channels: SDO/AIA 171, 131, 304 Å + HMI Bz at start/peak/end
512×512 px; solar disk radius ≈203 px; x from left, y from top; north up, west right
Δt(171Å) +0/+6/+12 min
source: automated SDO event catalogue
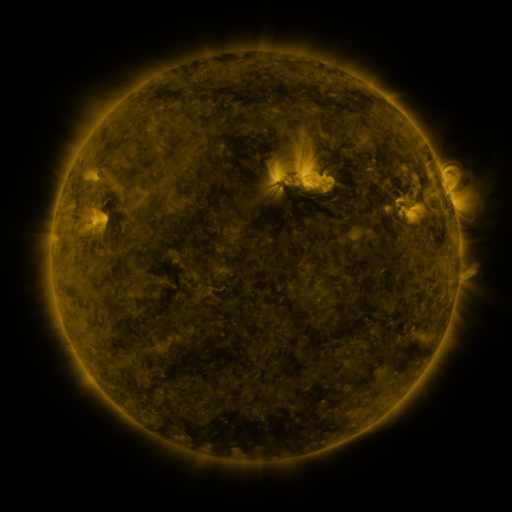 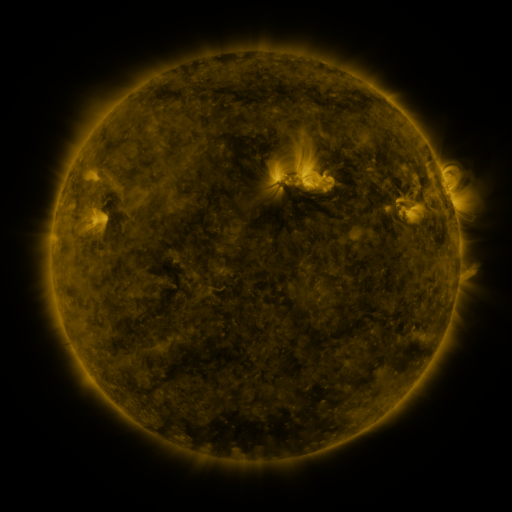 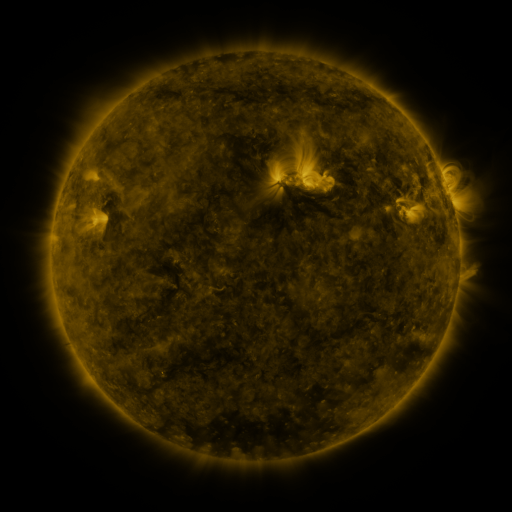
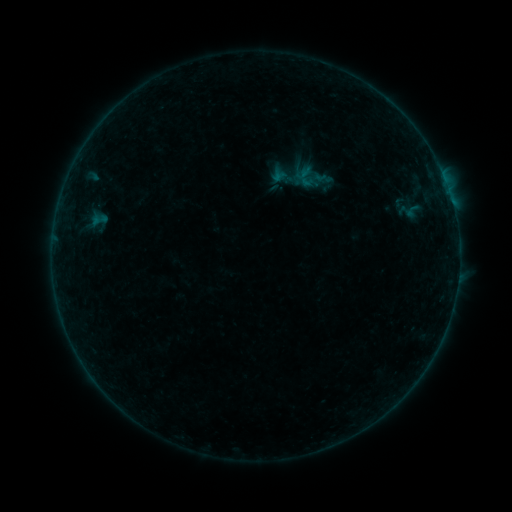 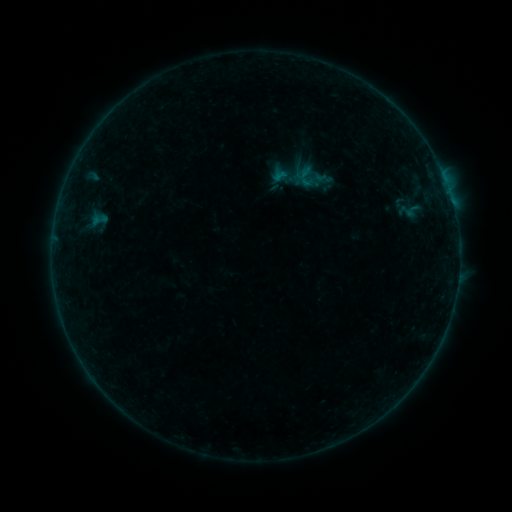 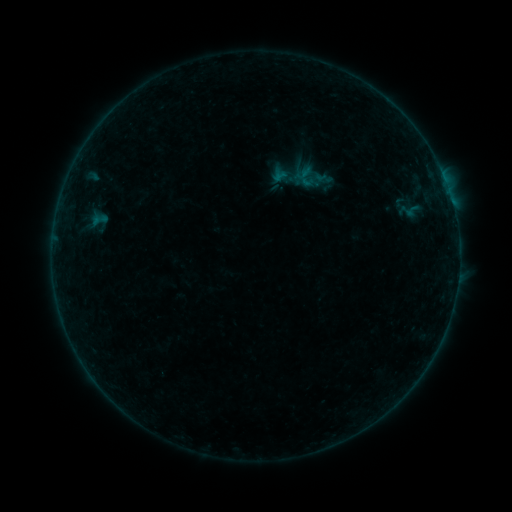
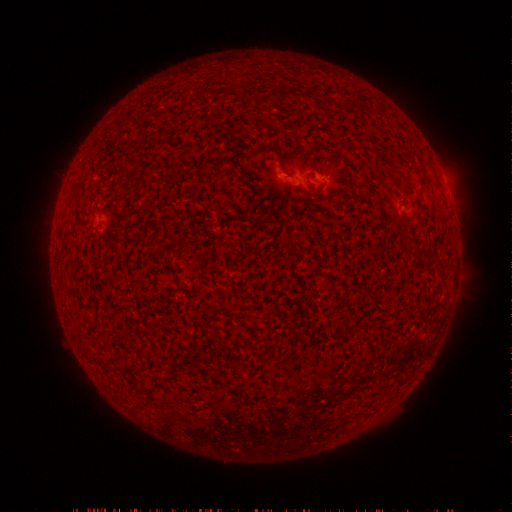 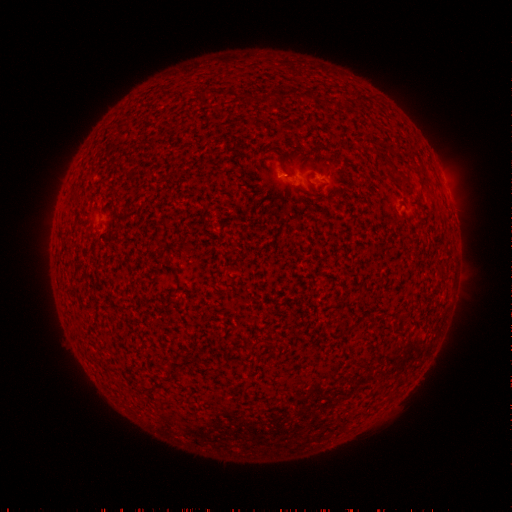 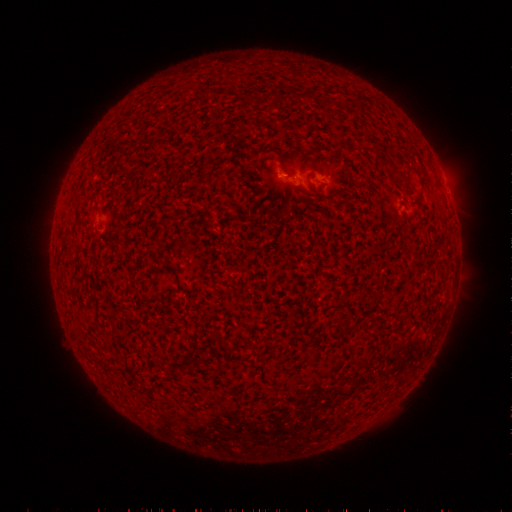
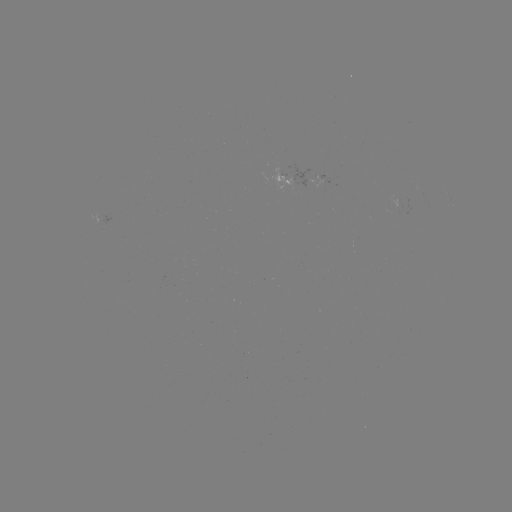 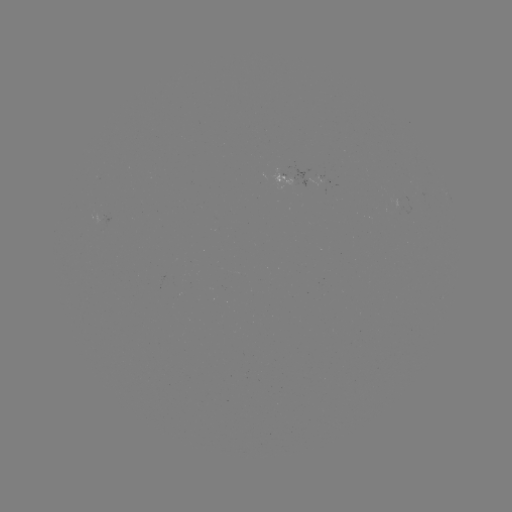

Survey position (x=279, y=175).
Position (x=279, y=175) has B1.1 flare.